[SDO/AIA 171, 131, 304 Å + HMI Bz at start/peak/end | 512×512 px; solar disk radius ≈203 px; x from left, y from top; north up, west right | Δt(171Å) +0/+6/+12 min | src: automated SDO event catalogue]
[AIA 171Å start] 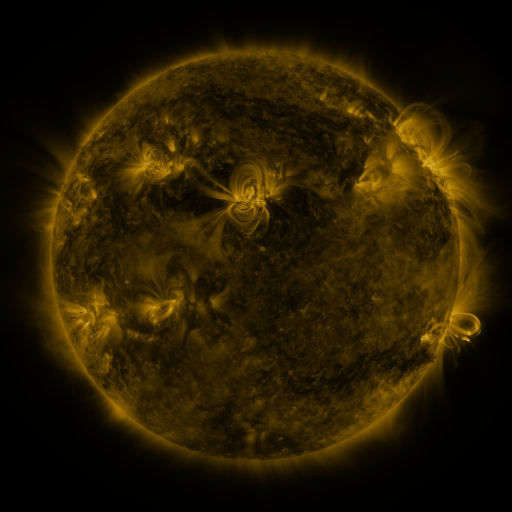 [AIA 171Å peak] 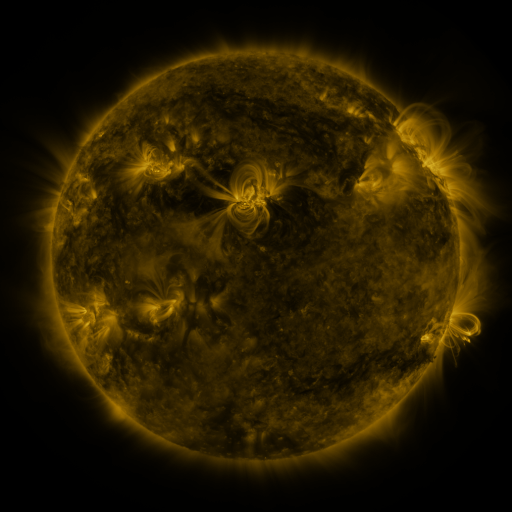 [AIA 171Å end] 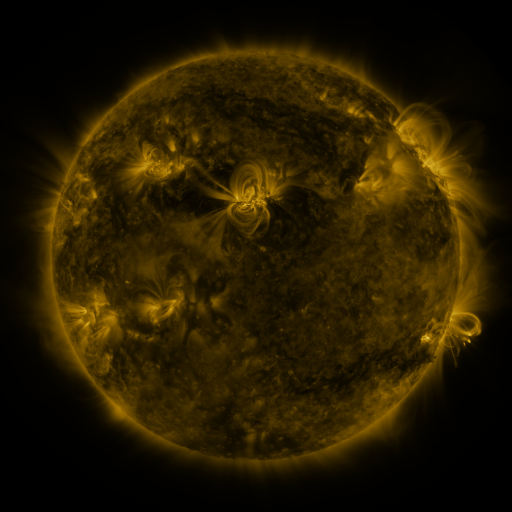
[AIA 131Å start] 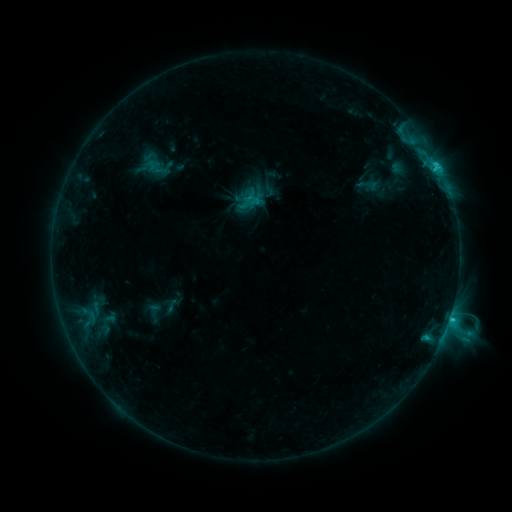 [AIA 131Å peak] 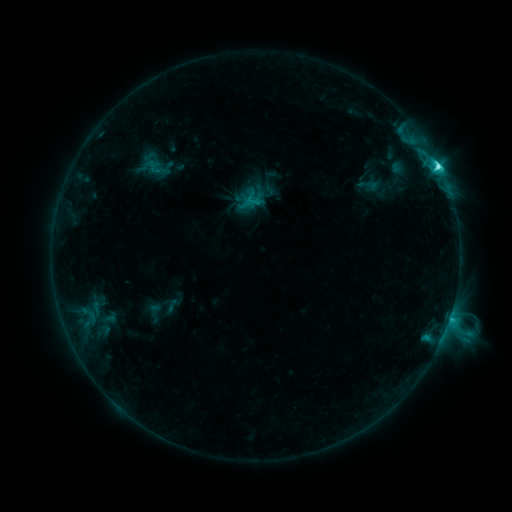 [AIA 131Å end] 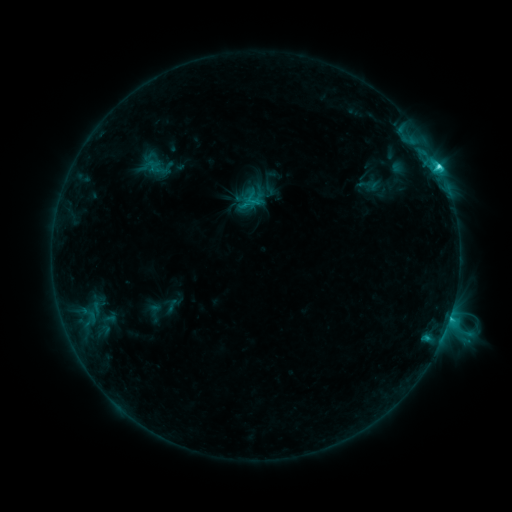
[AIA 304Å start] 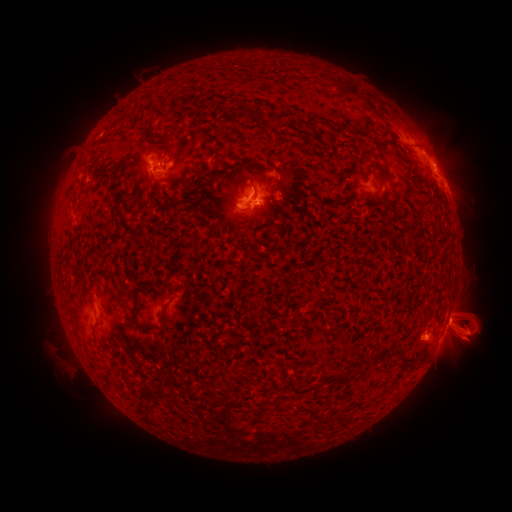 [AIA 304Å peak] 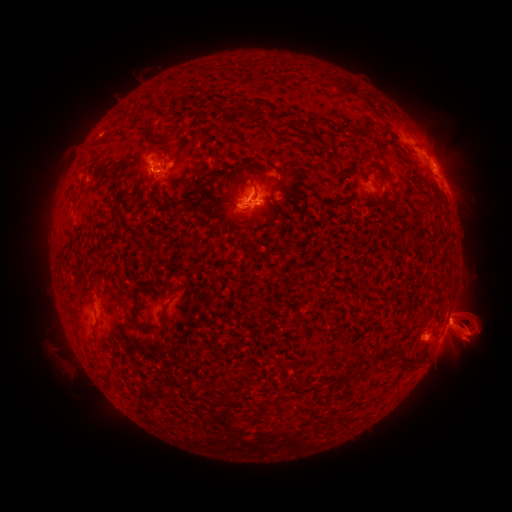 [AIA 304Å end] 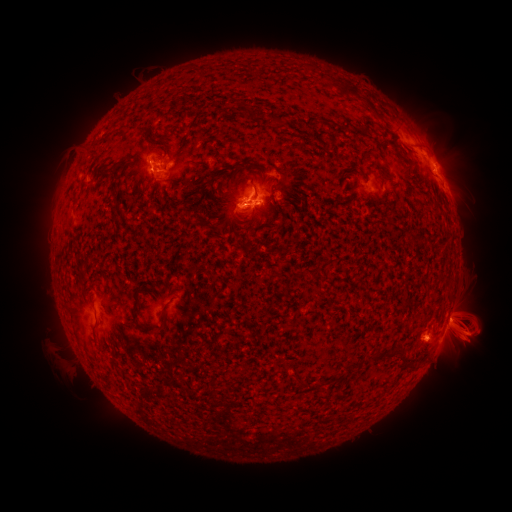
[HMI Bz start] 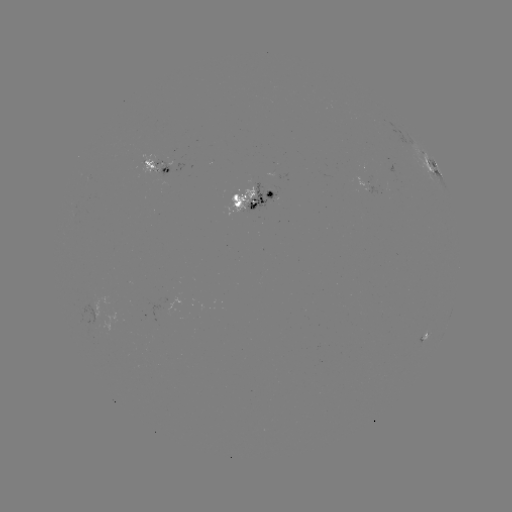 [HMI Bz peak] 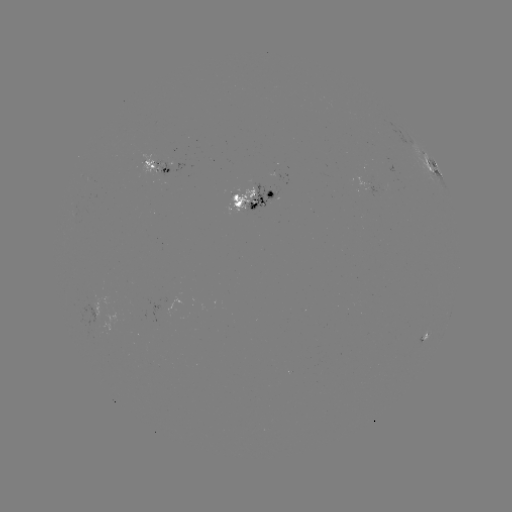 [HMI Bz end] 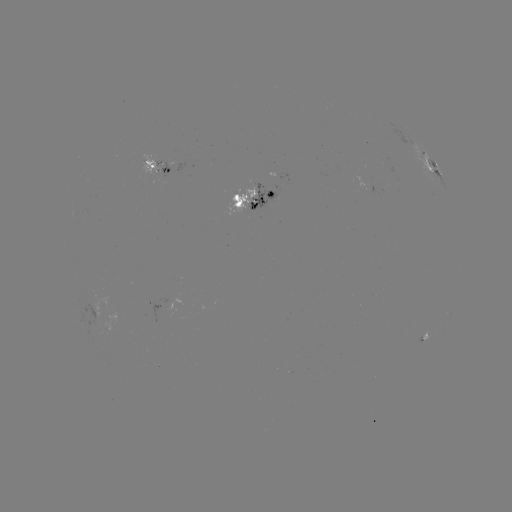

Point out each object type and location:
C5.6 flare: (450, 313)
